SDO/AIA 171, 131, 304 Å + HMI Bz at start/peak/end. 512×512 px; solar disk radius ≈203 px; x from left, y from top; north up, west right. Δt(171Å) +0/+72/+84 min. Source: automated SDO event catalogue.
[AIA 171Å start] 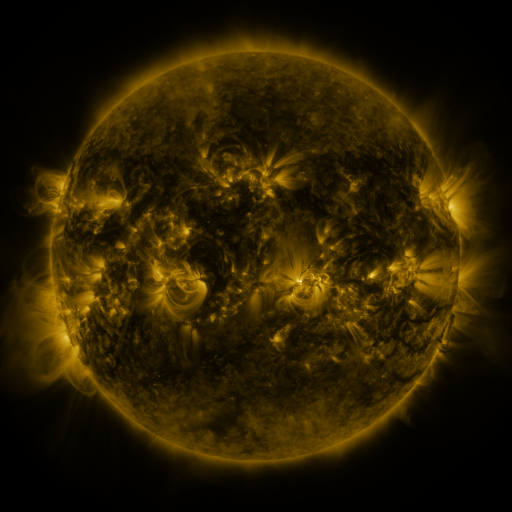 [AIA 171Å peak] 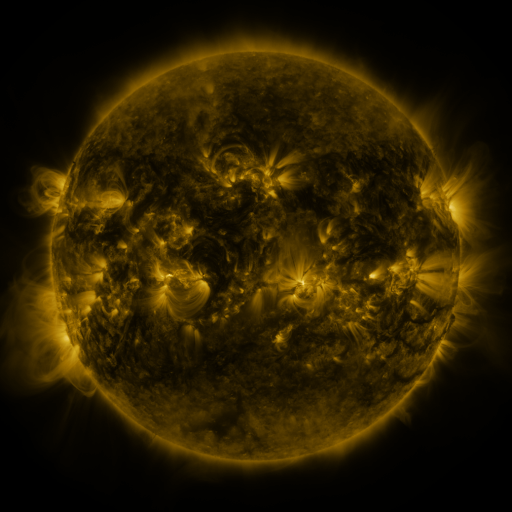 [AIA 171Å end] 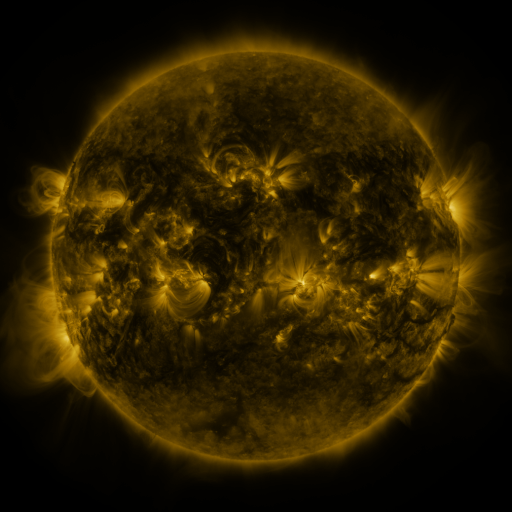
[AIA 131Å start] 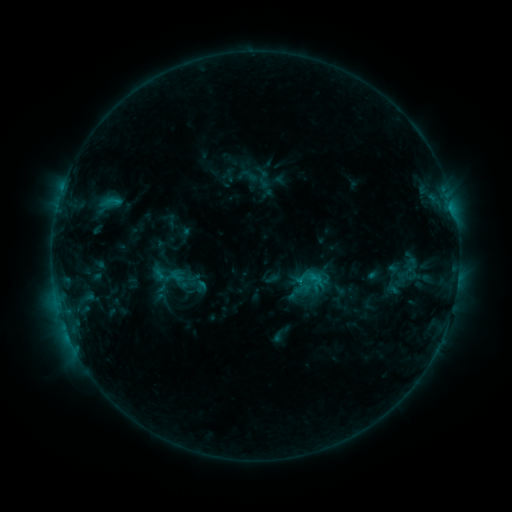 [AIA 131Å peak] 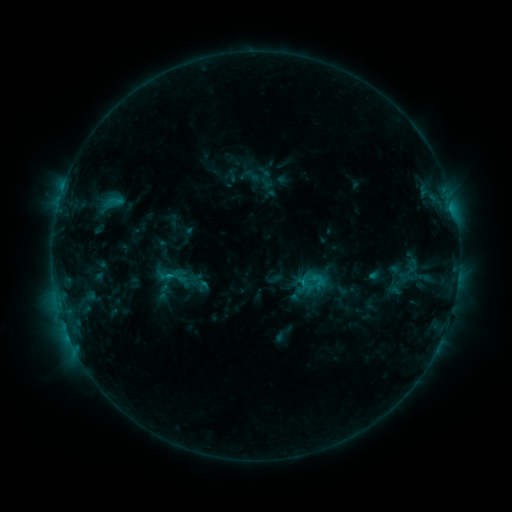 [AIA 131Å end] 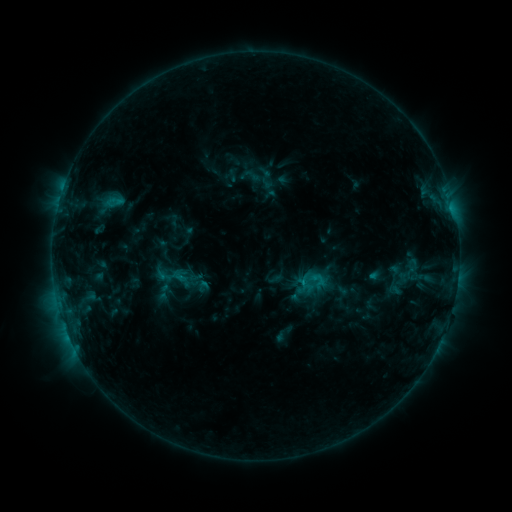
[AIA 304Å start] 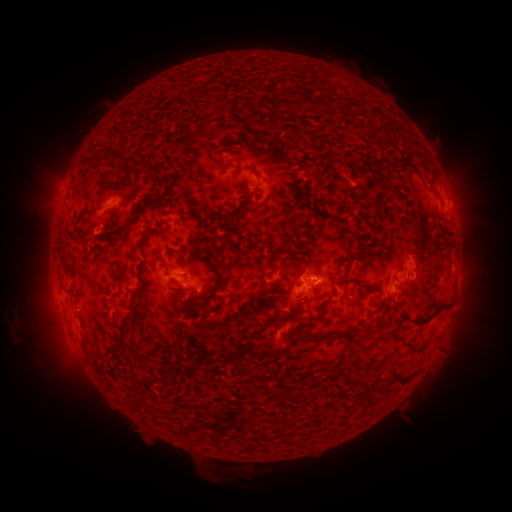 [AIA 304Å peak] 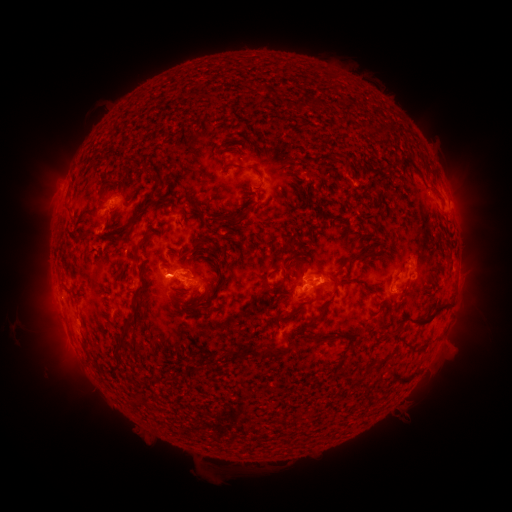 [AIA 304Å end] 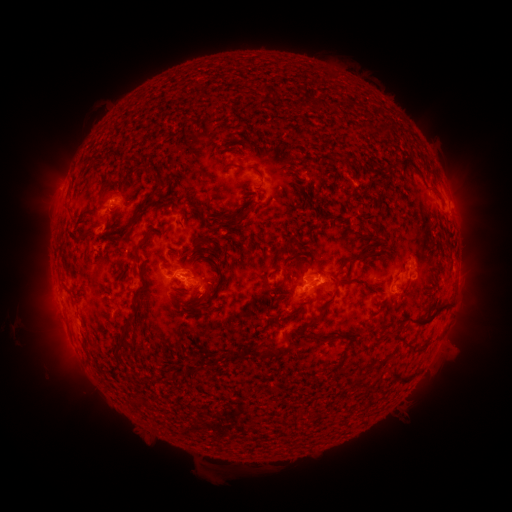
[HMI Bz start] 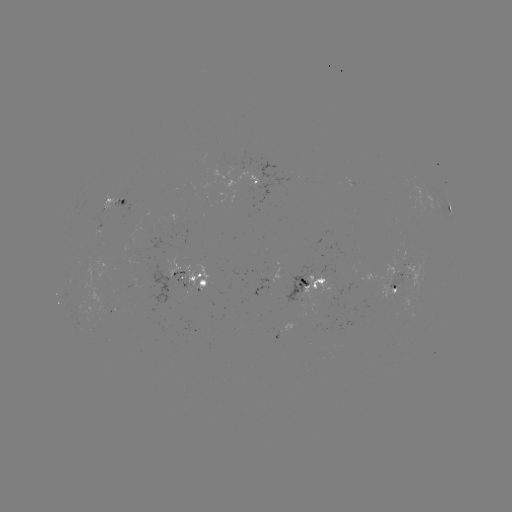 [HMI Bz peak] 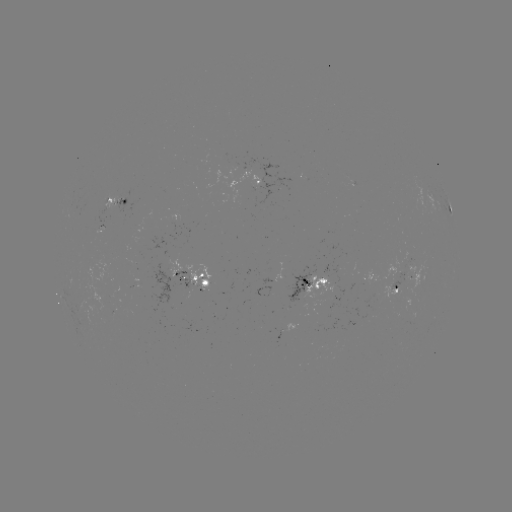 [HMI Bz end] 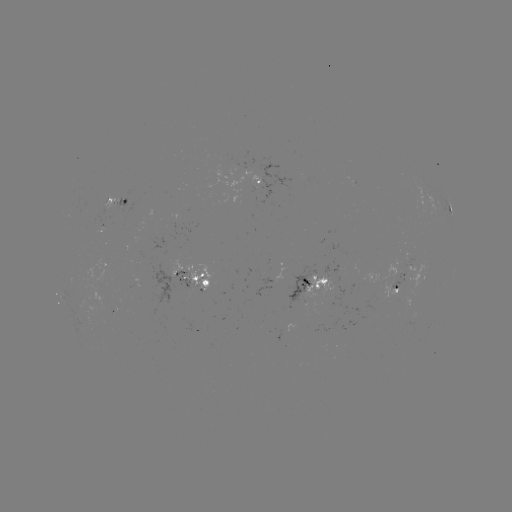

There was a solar emerging-flux region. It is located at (186, 284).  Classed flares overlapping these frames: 1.